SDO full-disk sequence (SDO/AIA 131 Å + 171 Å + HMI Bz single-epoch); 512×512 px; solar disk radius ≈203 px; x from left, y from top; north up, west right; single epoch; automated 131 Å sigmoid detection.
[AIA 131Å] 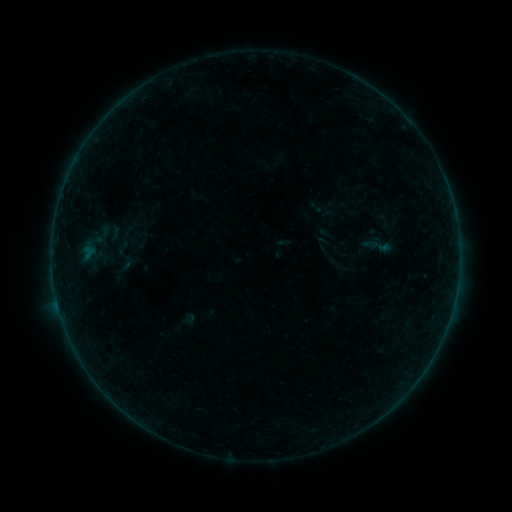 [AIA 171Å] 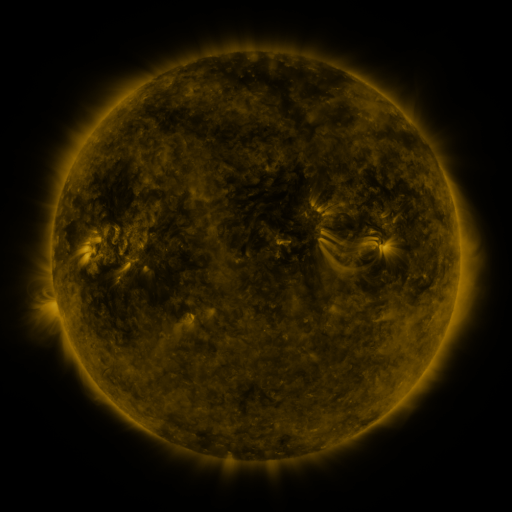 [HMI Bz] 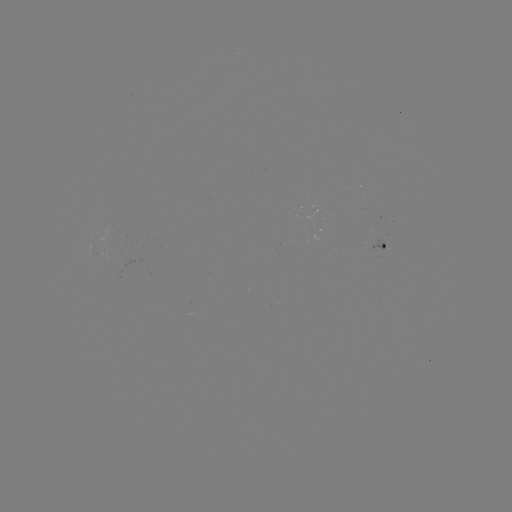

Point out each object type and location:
sigmoid: <bbox>105, 222, 125, 245</bbox>
sigmoid: <bbox>361, 230, 395, 260</bbox>
sigmoid: <bbox>106, 234, 144, 280</bbox>
